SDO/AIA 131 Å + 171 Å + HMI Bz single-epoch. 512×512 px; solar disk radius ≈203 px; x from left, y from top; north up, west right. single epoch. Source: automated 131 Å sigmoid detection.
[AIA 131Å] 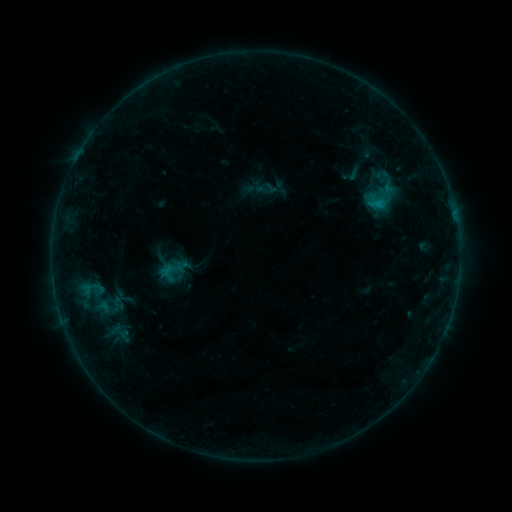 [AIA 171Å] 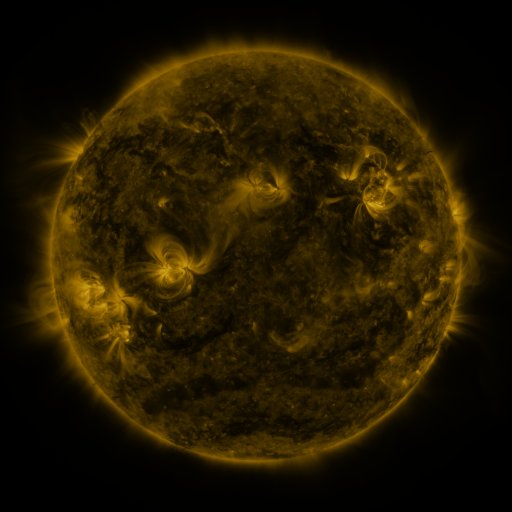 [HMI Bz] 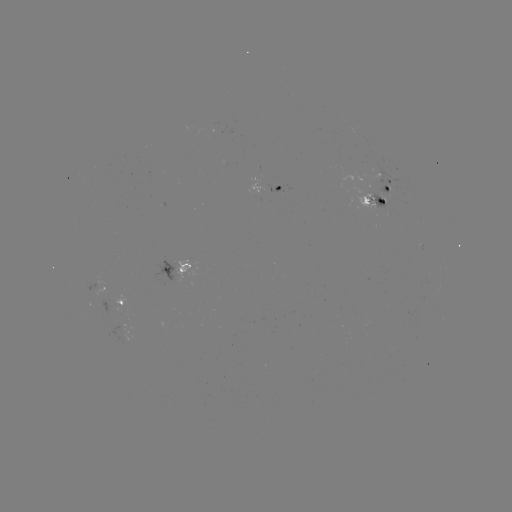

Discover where sigmoid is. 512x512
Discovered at (382, 200).